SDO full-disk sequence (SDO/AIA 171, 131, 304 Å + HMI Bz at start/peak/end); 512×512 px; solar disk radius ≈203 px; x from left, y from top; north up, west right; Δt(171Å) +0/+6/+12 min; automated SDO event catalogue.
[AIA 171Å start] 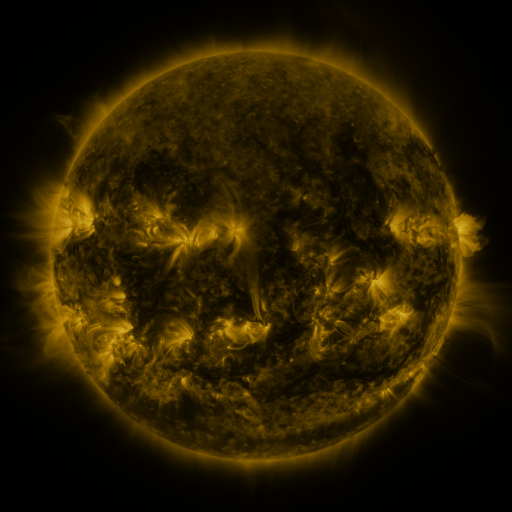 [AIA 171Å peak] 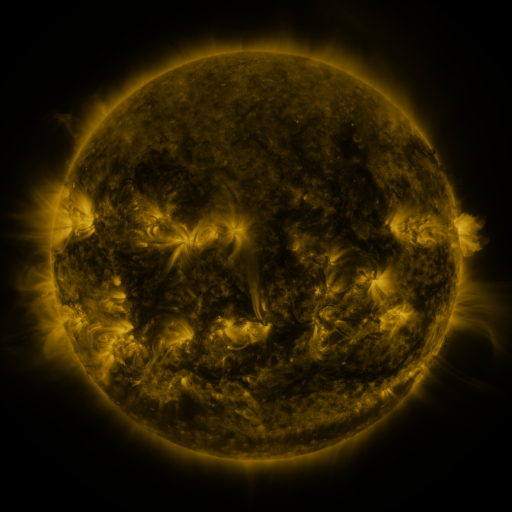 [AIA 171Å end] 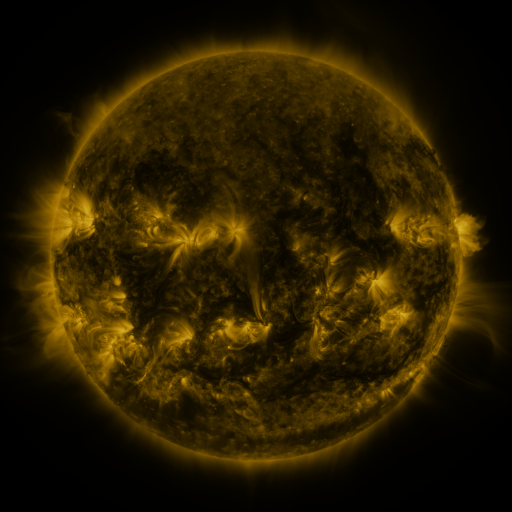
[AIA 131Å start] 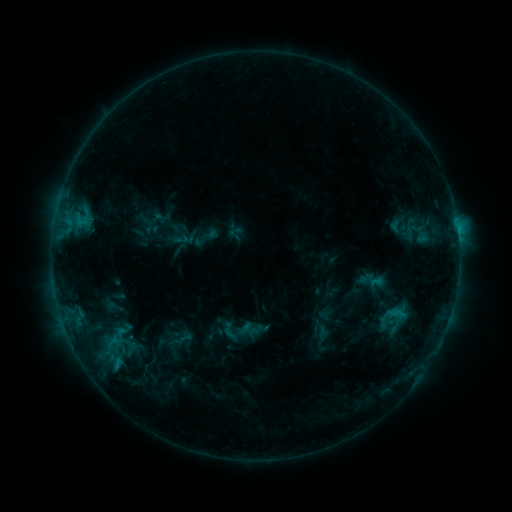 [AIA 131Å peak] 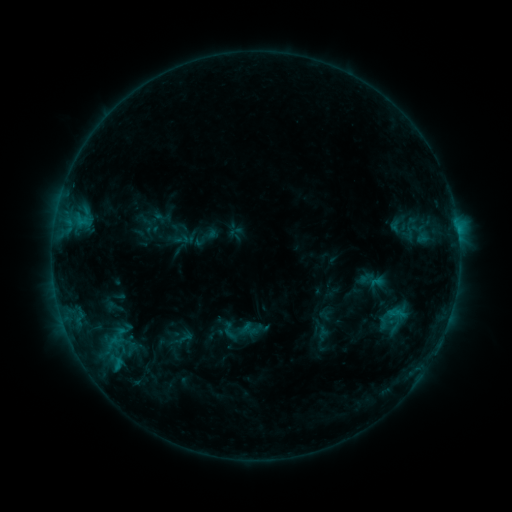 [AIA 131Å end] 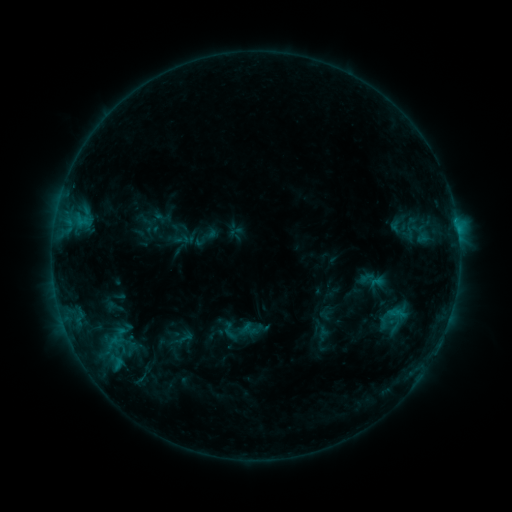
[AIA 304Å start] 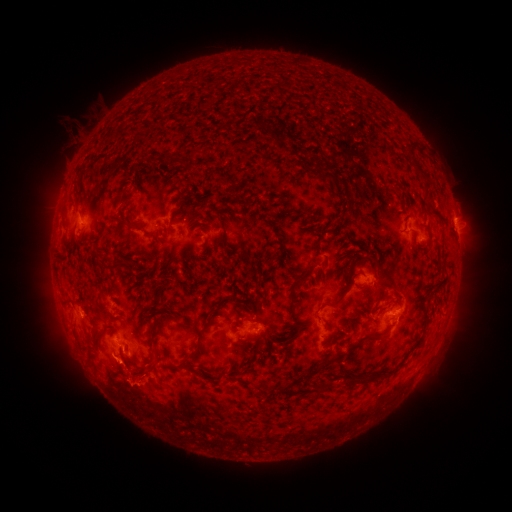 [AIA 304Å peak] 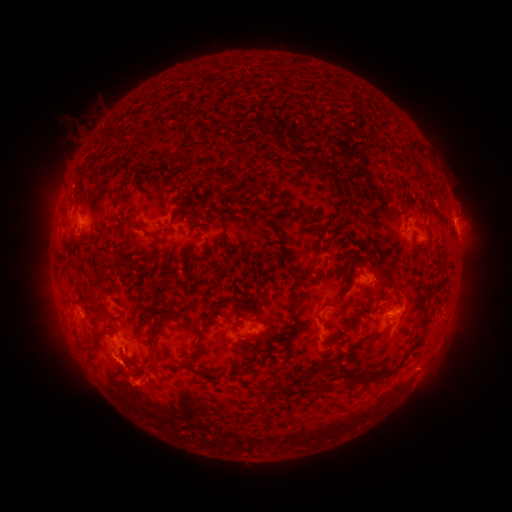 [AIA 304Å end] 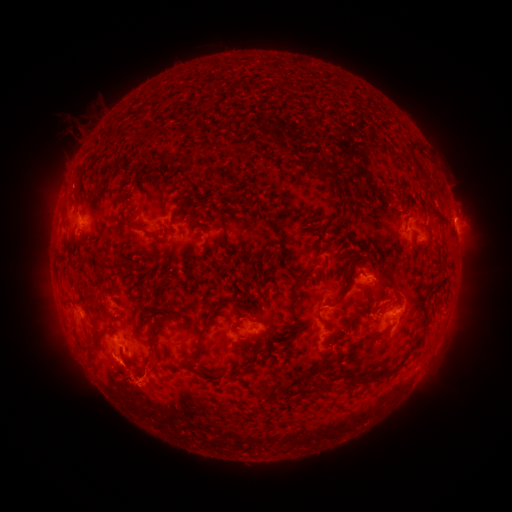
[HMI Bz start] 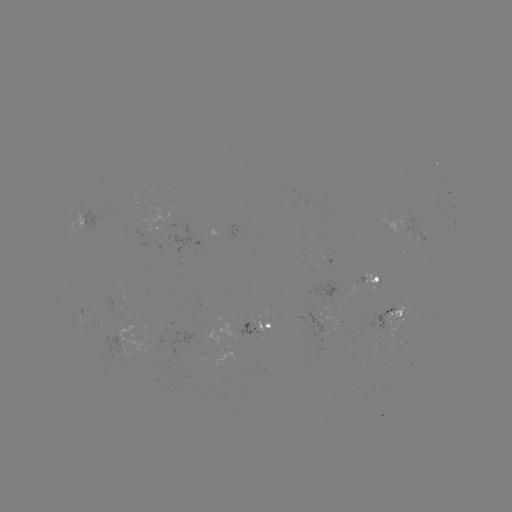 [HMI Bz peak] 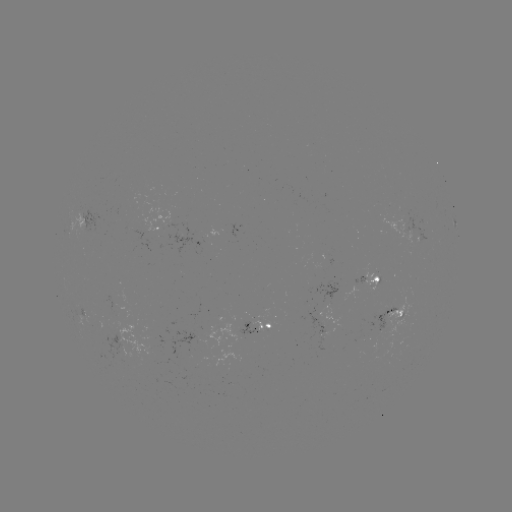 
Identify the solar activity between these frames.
eruption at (90, 381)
